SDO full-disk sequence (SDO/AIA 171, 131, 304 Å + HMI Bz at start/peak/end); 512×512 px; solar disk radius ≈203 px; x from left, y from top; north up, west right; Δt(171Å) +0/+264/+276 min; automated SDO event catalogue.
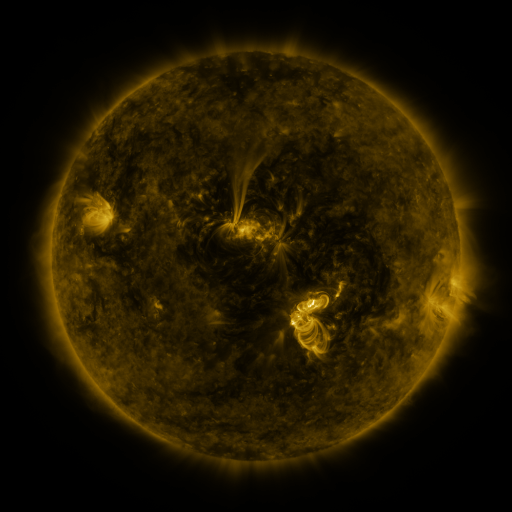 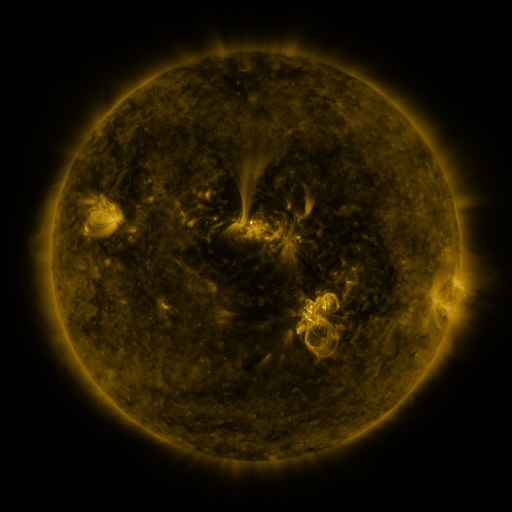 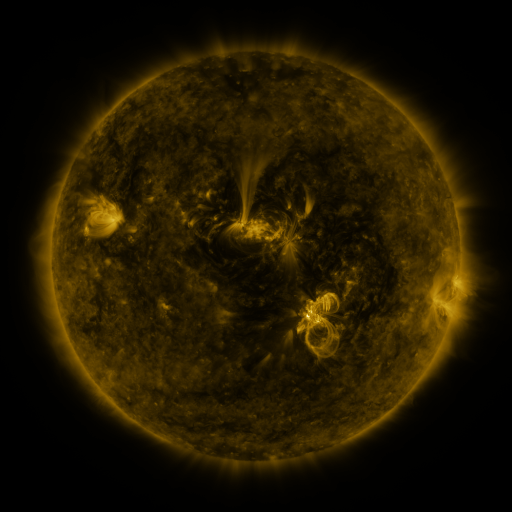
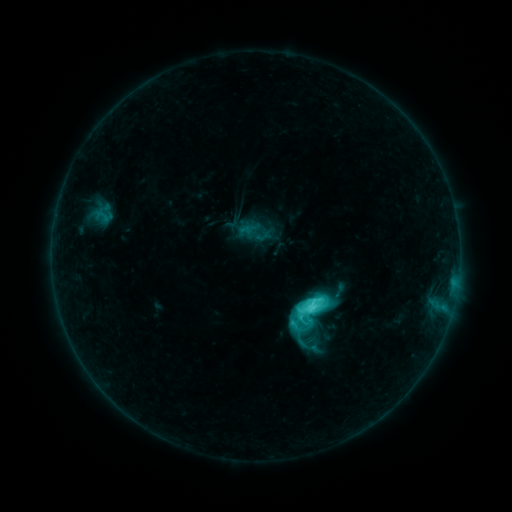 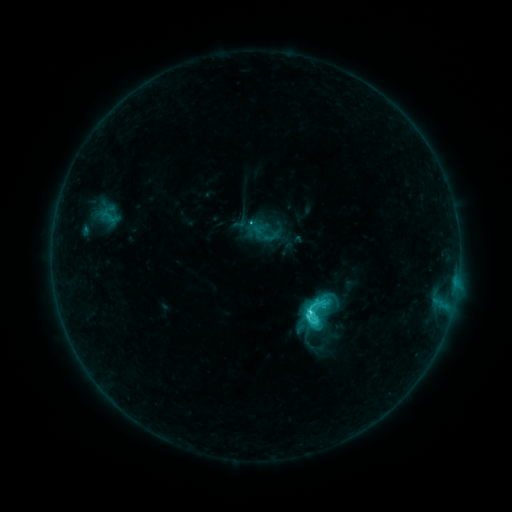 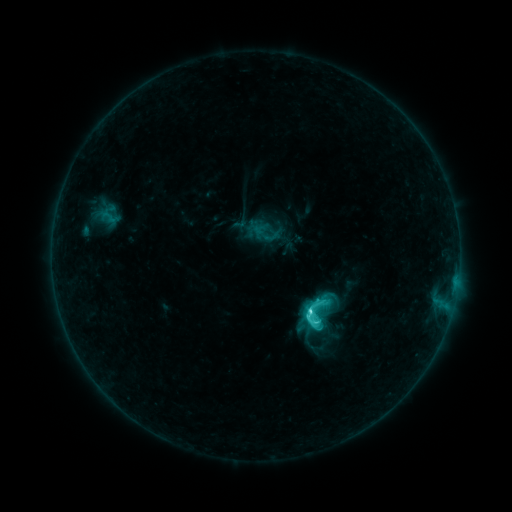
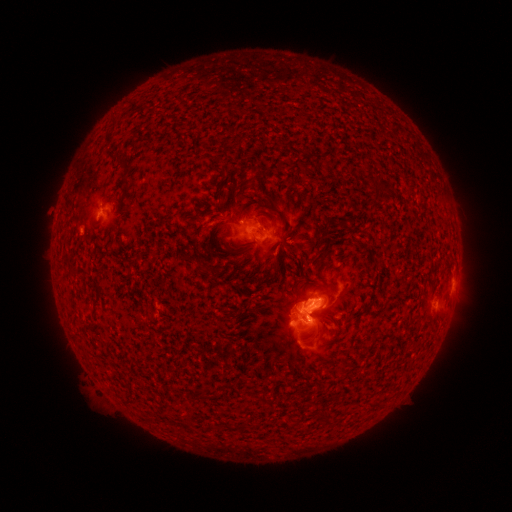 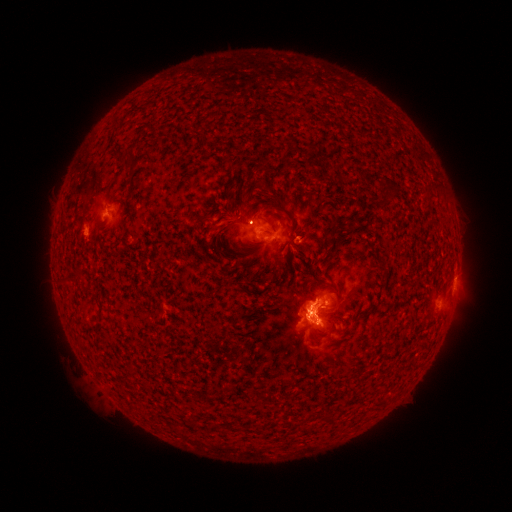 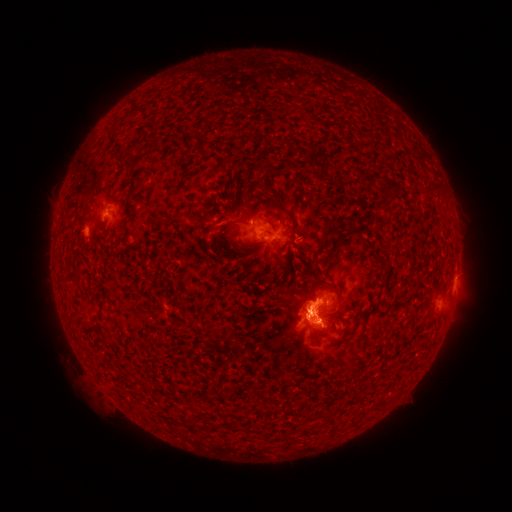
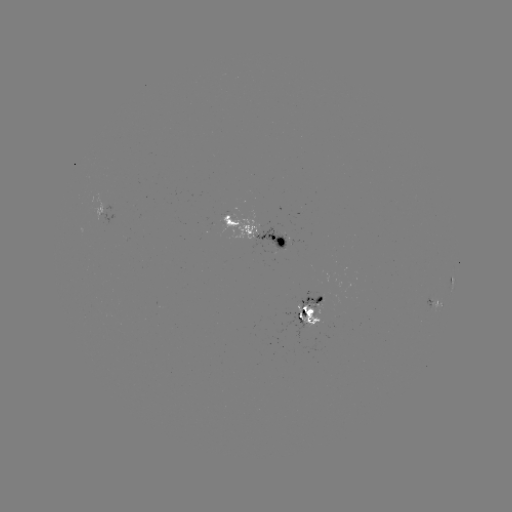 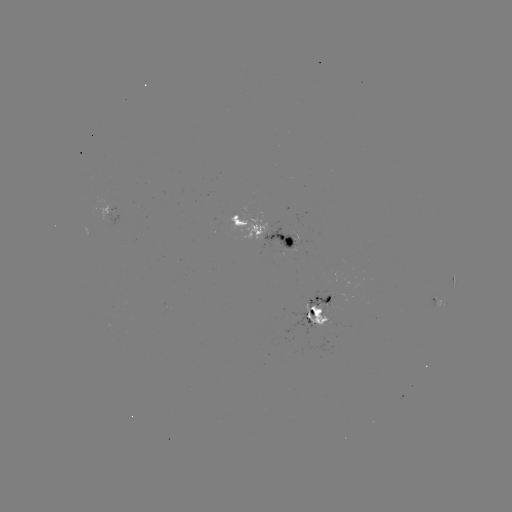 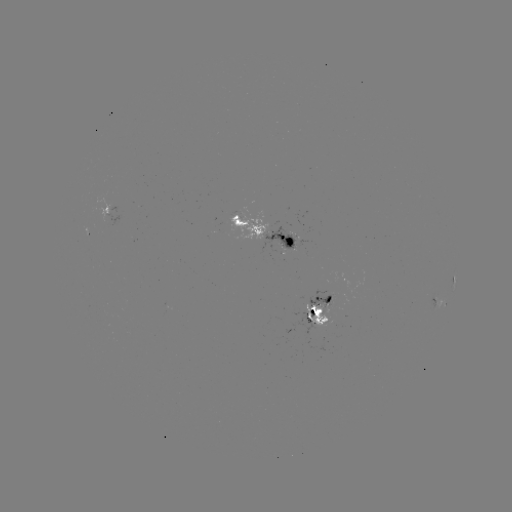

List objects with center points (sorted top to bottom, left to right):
emerging-flux region: (326, 303)
